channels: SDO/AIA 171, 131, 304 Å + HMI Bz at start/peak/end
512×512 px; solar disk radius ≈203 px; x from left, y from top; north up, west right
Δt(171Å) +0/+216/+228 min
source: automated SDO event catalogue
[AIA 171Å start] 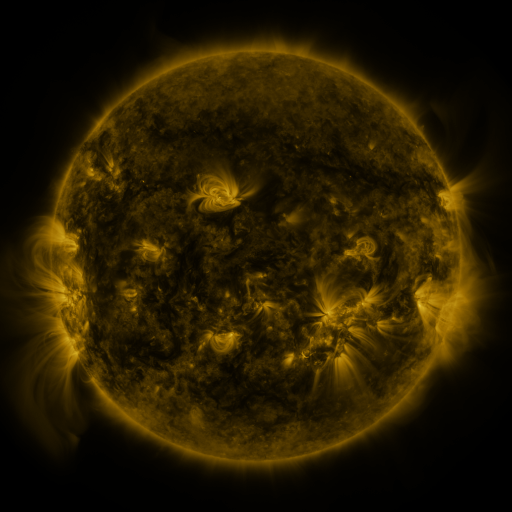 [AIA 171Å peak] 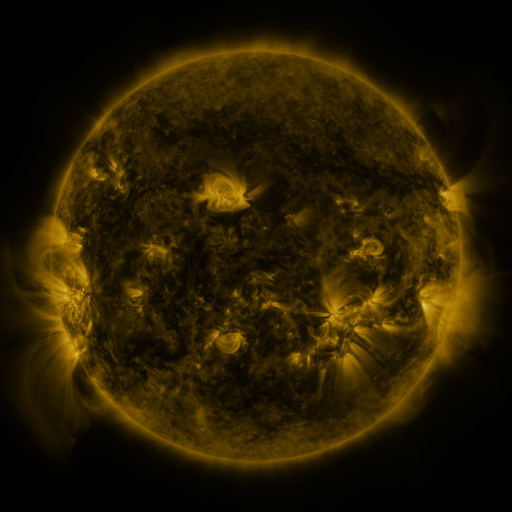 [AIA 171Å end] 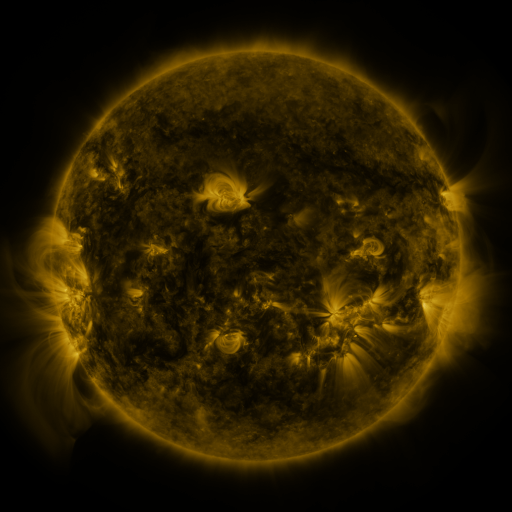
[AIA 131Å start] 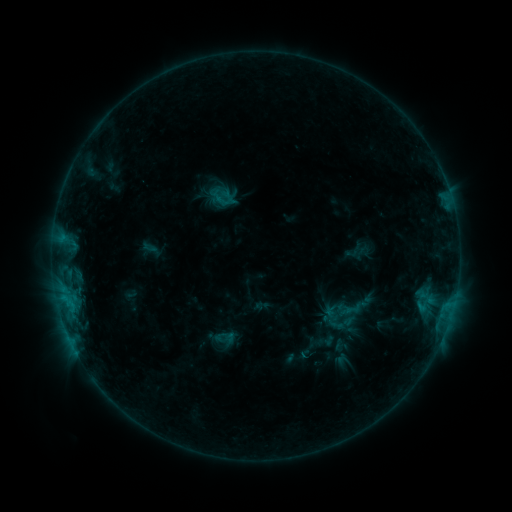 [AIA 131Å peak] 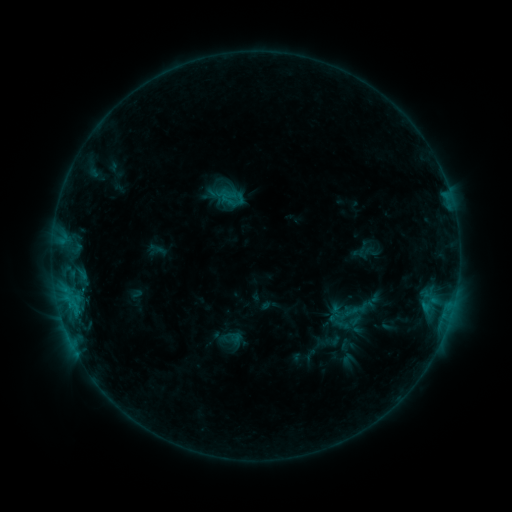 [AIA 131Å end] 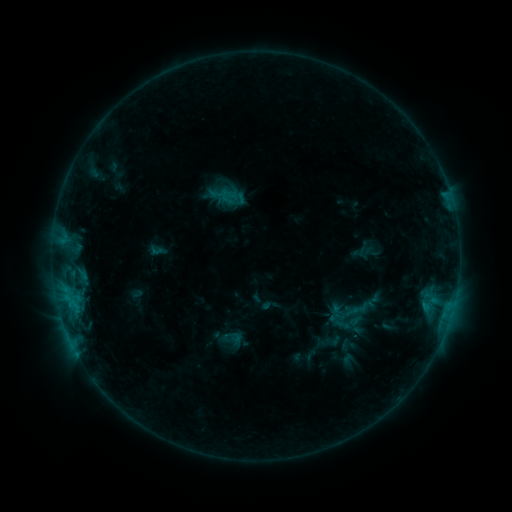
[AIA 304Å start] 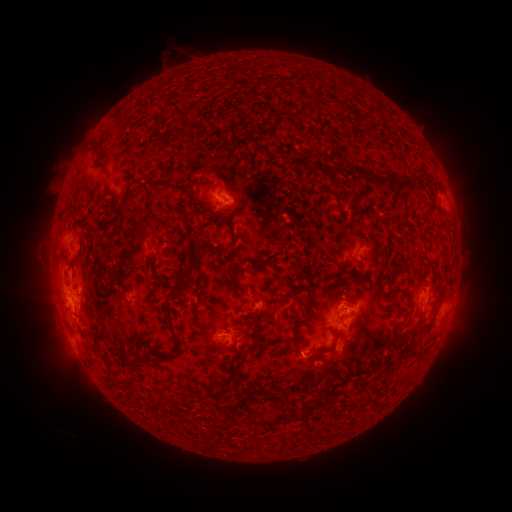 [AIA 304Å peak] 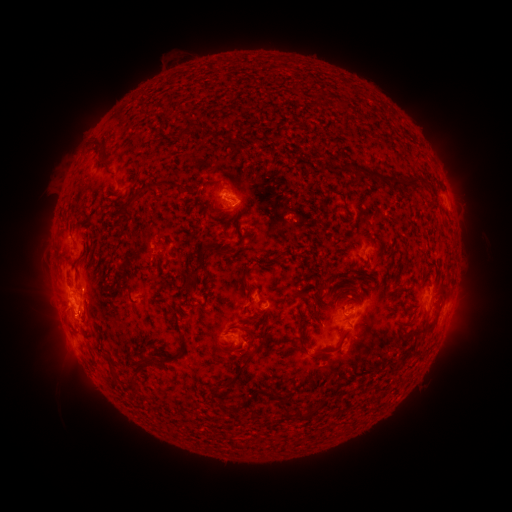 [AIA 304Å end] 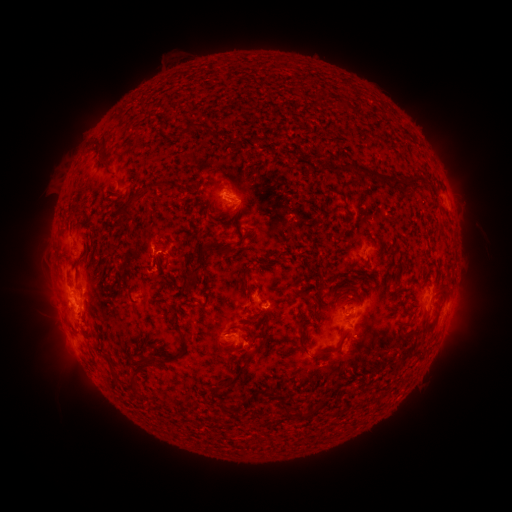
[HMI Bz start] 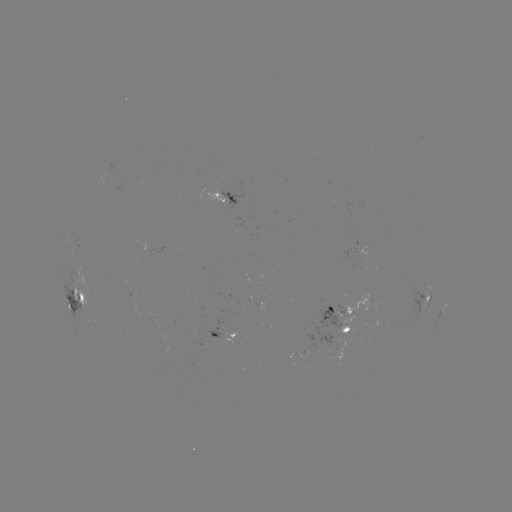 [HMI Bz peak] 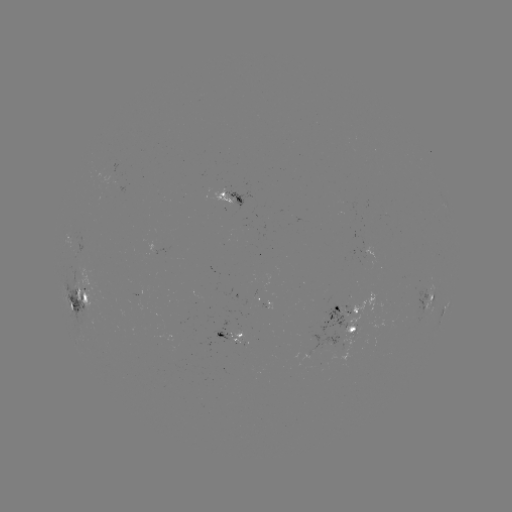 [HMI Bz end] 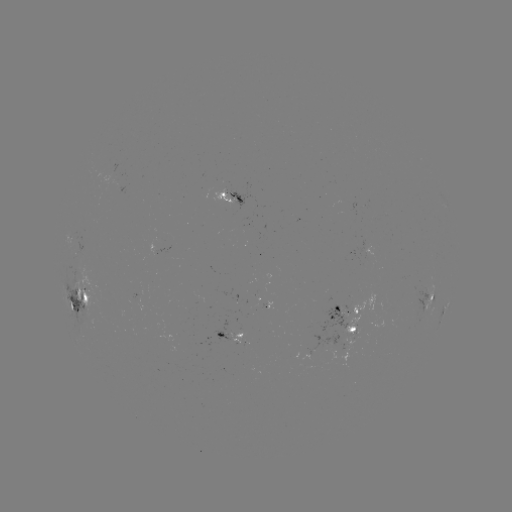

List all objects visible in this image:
emerging-flux region: (351, 331)
